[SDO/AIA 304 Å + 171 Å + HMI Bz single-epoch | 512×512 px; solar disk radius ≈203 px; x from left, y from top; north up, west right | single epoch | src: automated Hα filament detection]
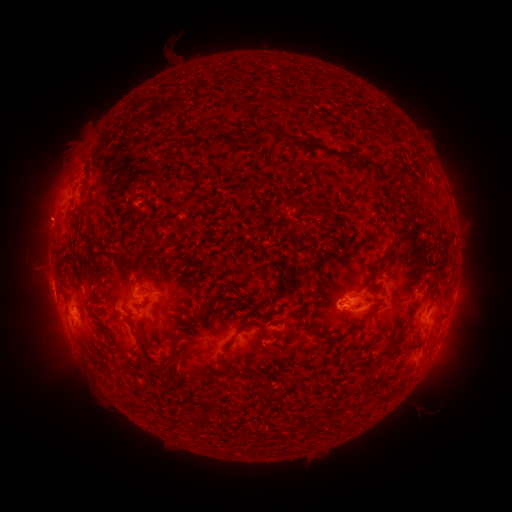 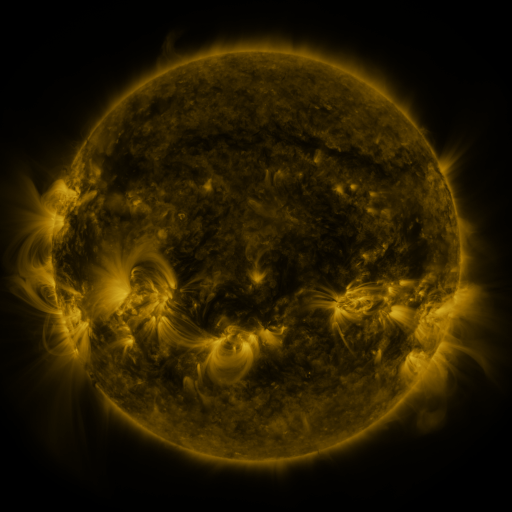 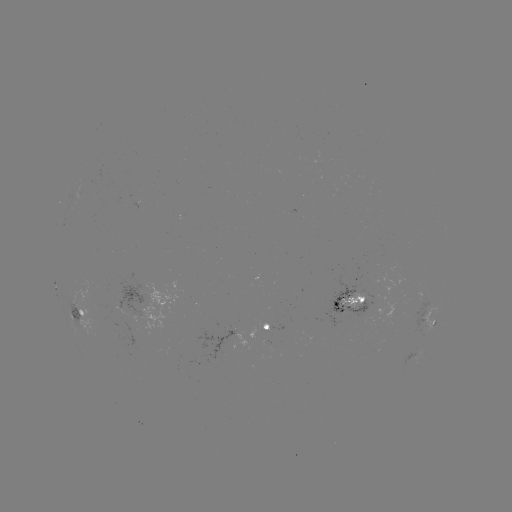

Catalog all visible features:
filament: <bbox>246, 129, 264, 145</bbox>
filament: <bbox>270, 130, 299, 147</bbox>
filament: <bbox>229, 139, 239, 146</bbox>
filament: <bbox>150, 234, 158, 247</bbox>
filament: <bbox>357, 297, 365, 305</bbox>
filament: <bbox>335, 313, 374, 341</bbox>
filament: <bbox>218, 317, 269, 357</bbox>
filament: <bbox>300, 324, 313, 335</bbox>
filament: <bbox>383, 349, 392, 359</bbox>
filament: <bbox>158, 355, 175, 370</bbox>
filament: <bbox>130, 380, 140, 392</bbox>
